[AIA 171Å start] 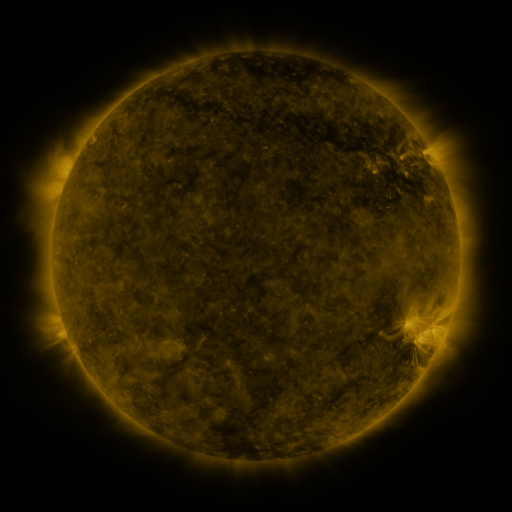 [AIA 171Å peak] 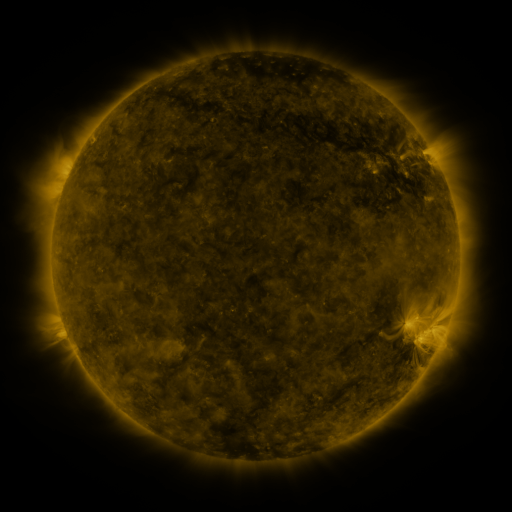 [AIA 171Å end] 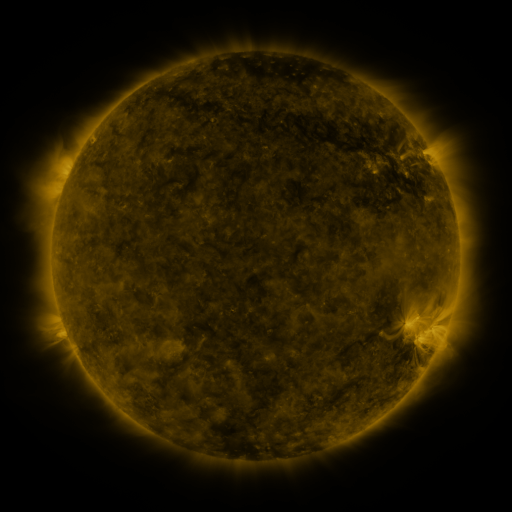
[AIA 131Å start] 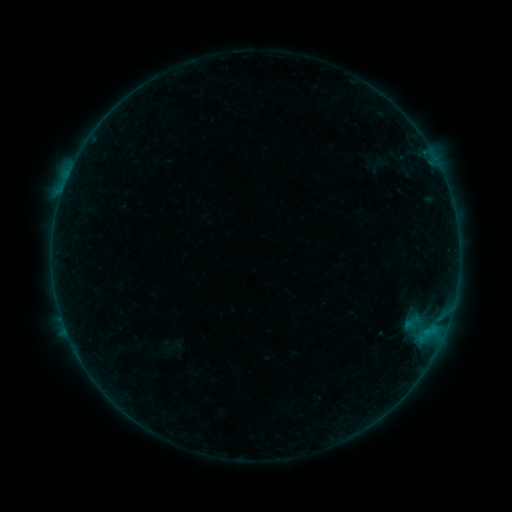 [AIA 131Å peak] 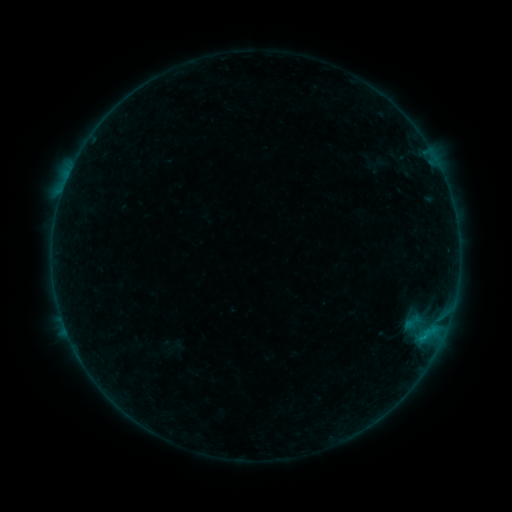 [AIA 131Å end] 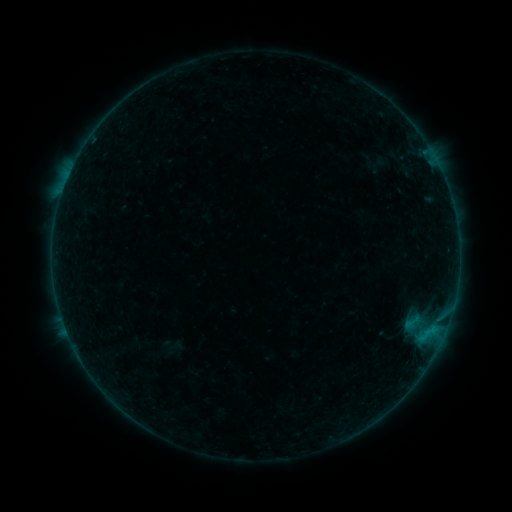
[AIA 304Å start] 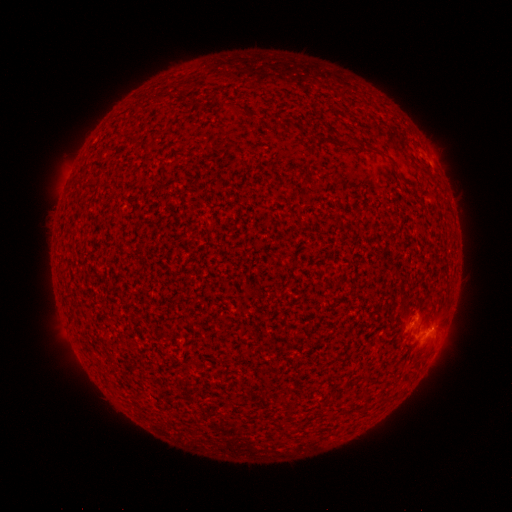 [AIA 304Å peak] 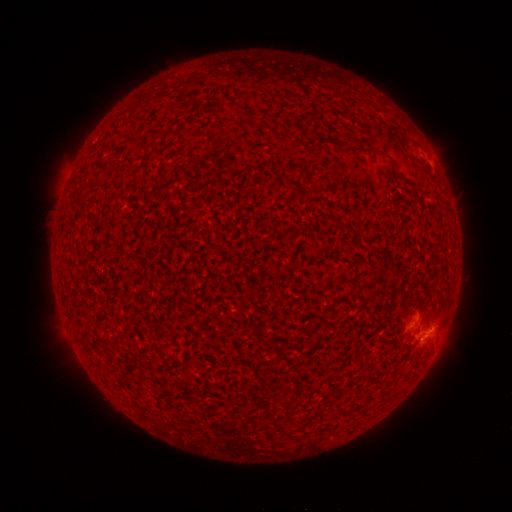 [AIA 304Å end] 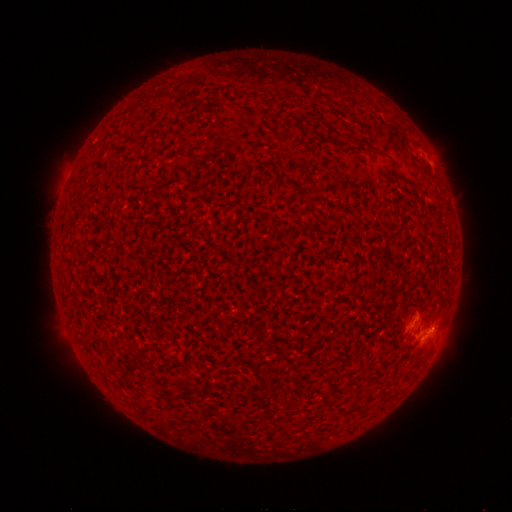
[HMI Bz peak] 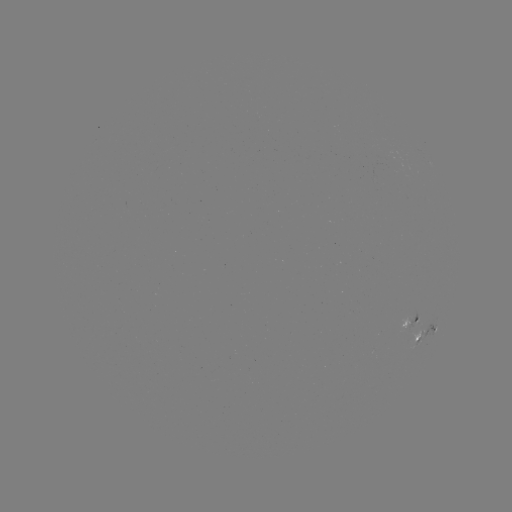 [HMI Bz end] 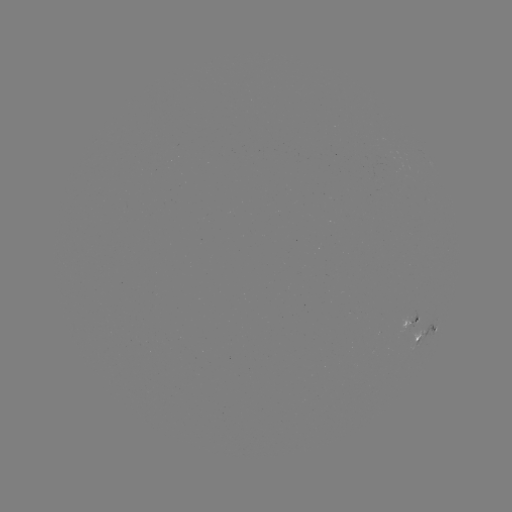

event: flare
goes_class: B3.0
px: (423, 335)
